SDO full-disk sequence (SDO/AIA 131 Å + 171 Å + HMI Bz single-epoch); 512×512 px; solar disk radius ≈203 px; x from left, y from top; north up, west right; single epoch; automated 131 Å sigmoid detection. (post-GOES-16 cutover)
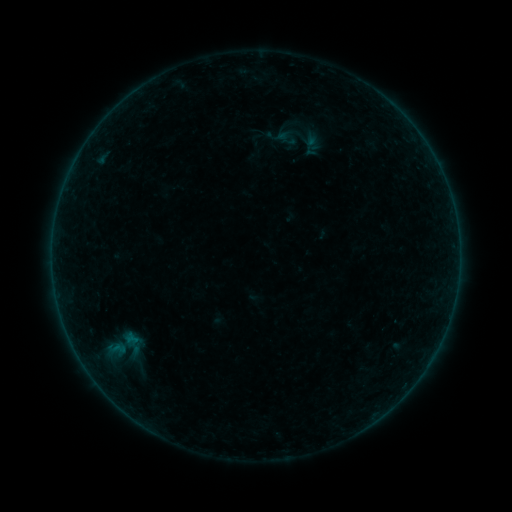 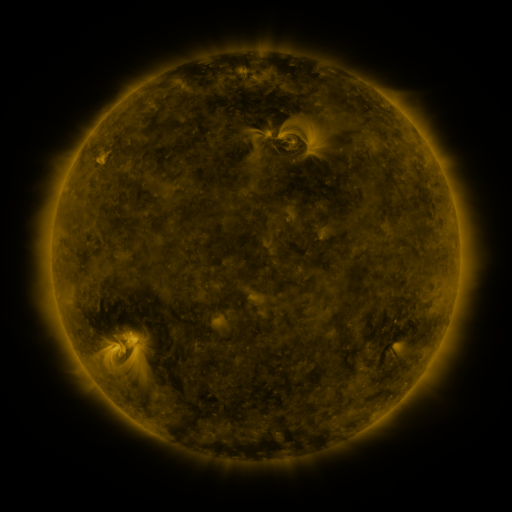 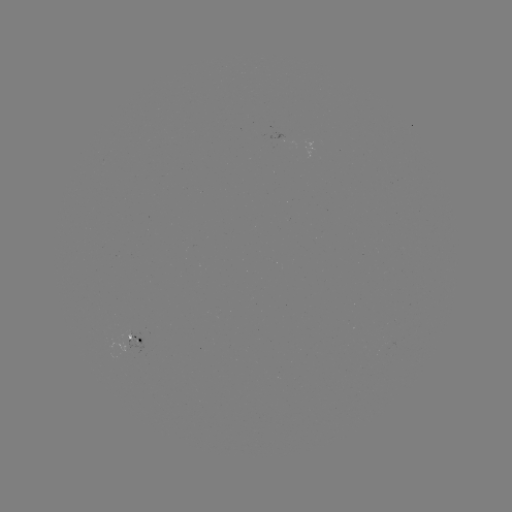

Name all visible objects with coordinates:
sigmoid: (290, 127, 321, 149)
sigmoid: (81, 323, 162, 370)
